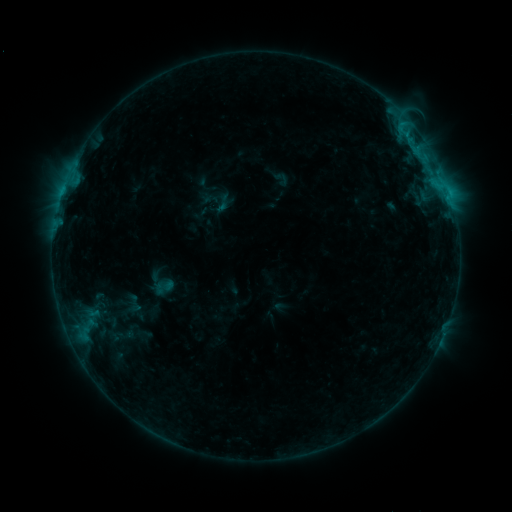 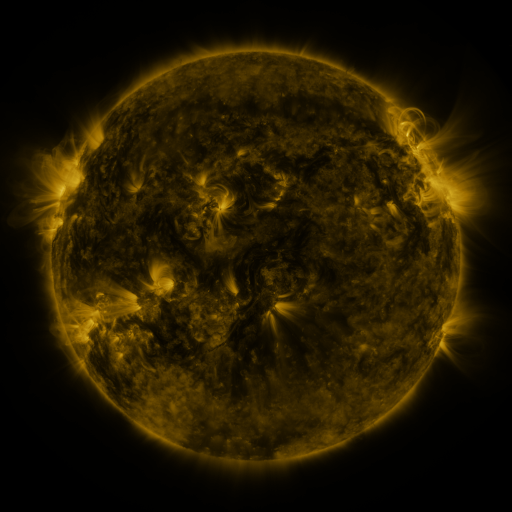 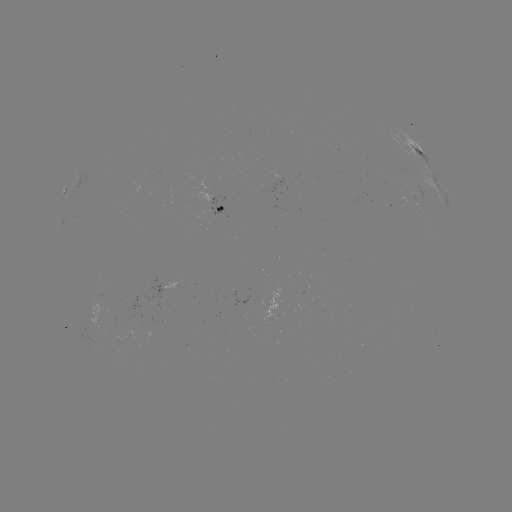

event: sigmoid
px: (99, 303)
